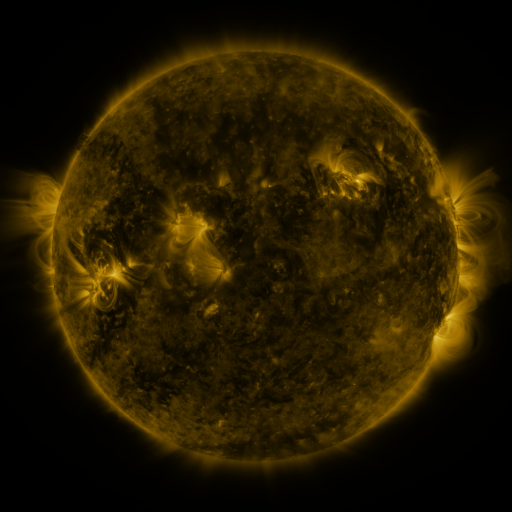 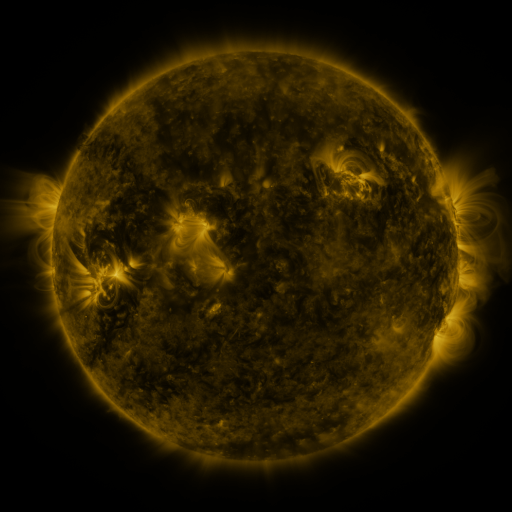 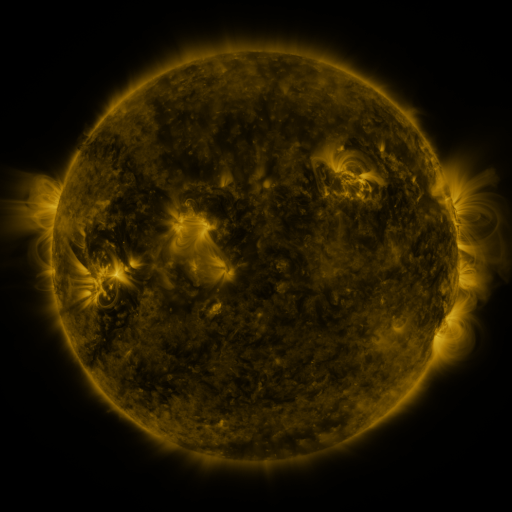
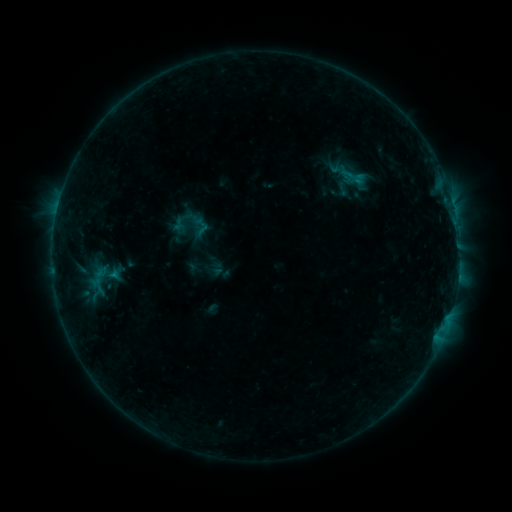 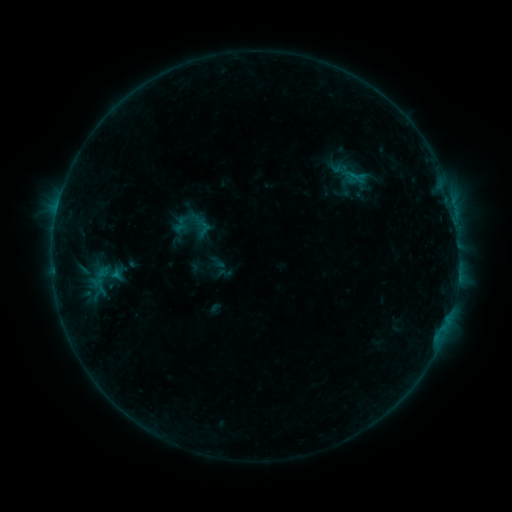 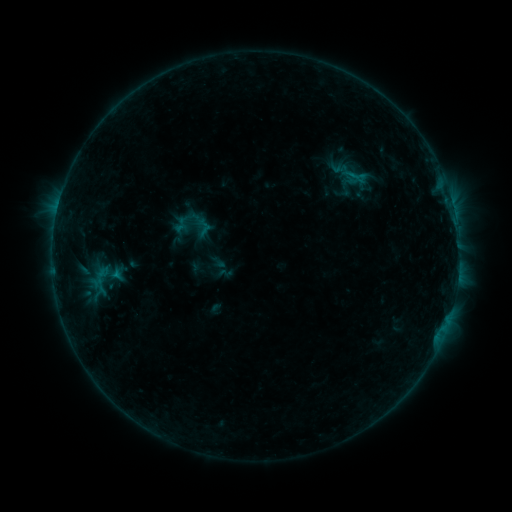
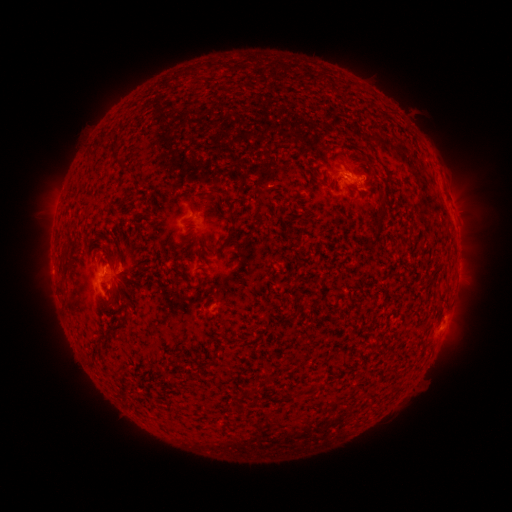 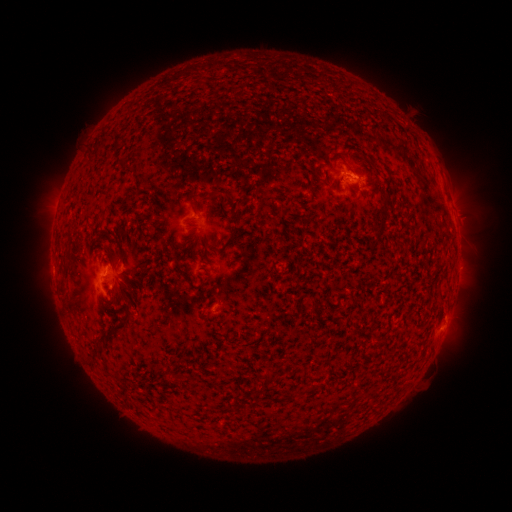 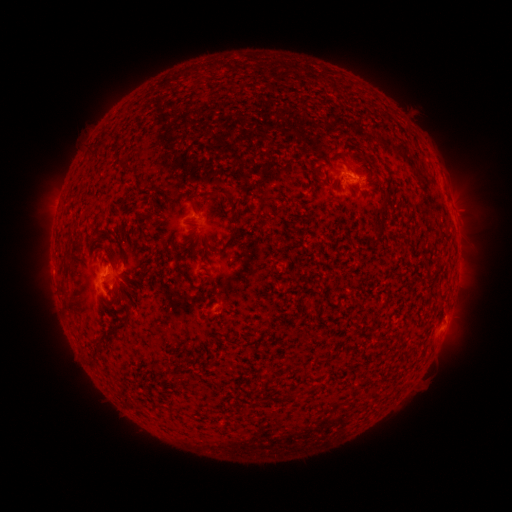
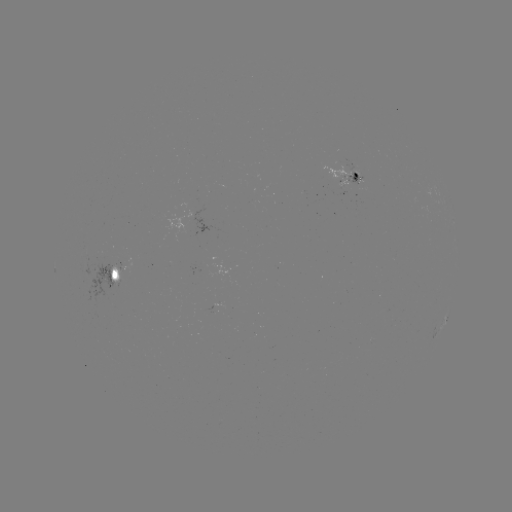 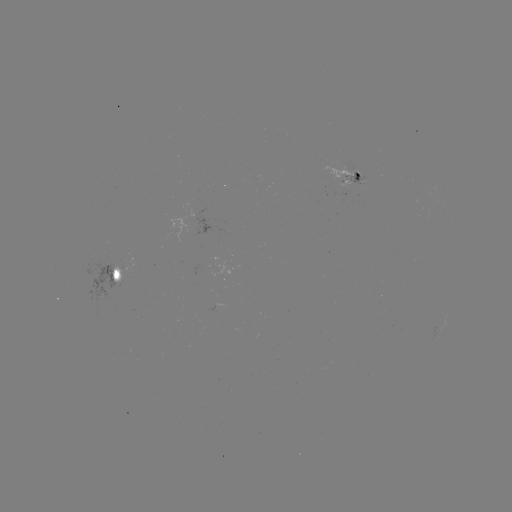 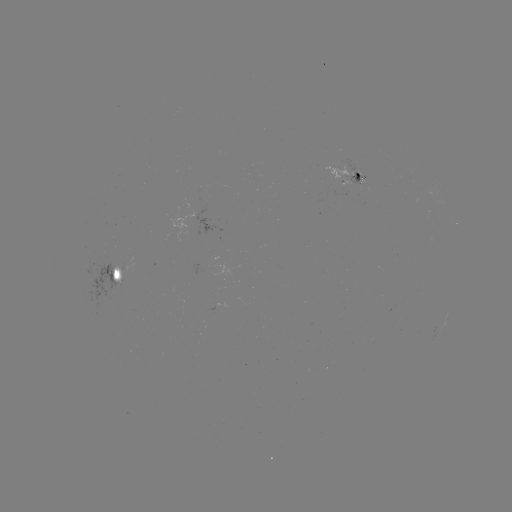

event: emerging-flux region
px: (360, 179)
